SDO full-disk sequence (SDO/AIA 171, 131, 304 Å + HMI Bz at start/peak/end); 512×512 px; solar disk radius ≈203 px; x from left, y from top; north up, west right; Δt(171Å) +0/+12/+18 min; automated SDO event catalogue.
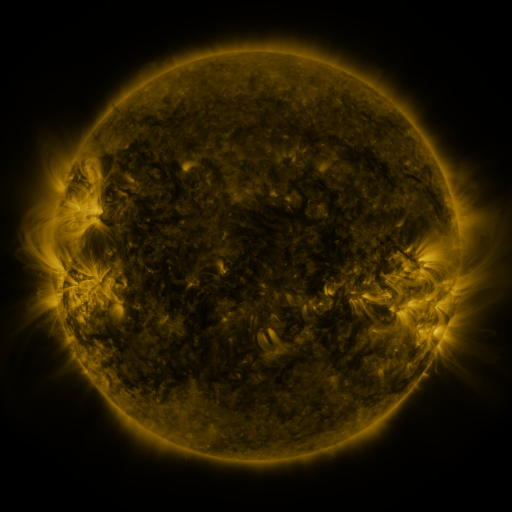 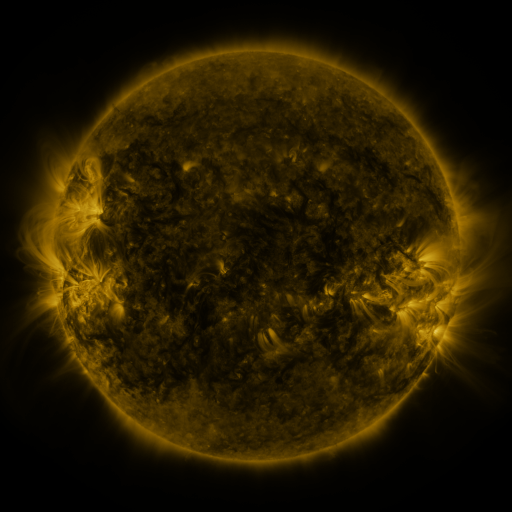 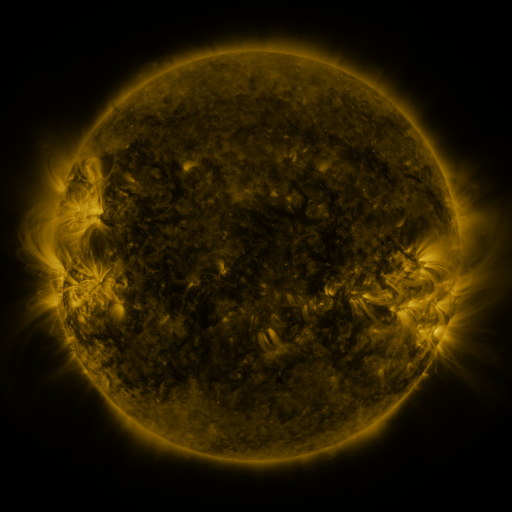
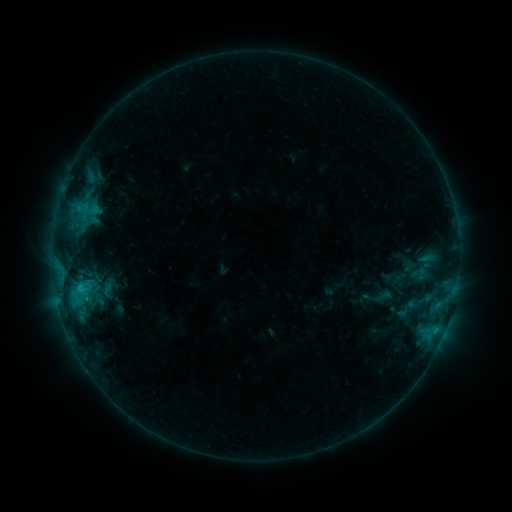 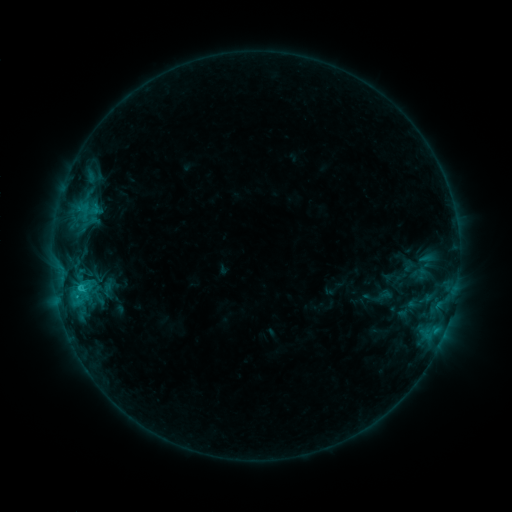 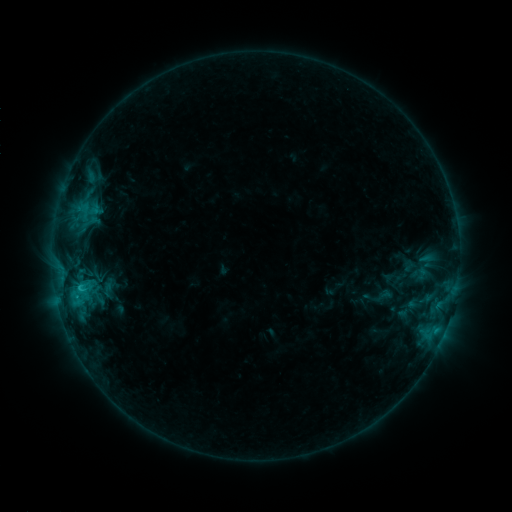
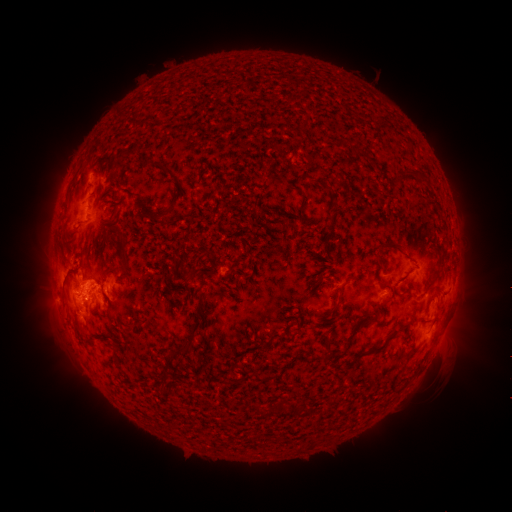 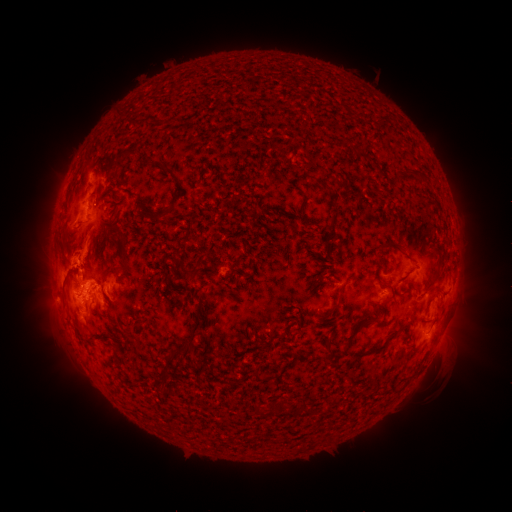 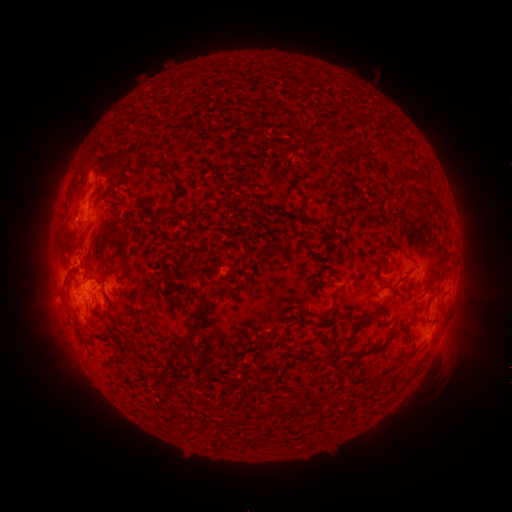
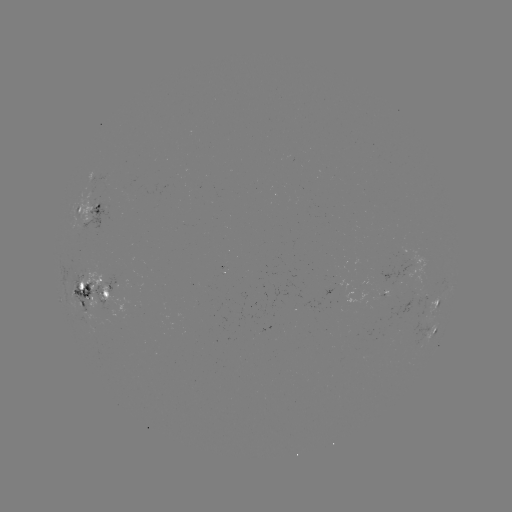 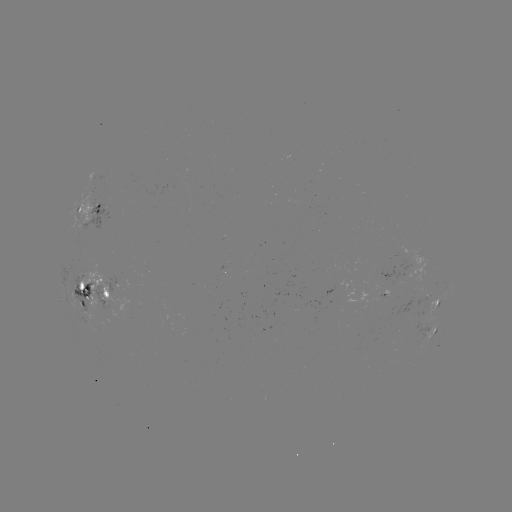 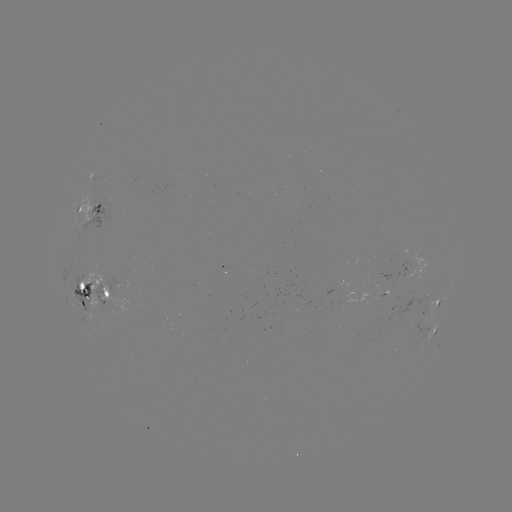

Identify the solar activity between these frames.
eruption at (92, 251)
